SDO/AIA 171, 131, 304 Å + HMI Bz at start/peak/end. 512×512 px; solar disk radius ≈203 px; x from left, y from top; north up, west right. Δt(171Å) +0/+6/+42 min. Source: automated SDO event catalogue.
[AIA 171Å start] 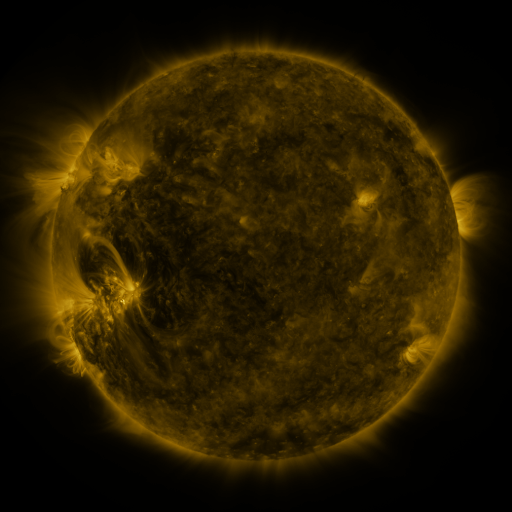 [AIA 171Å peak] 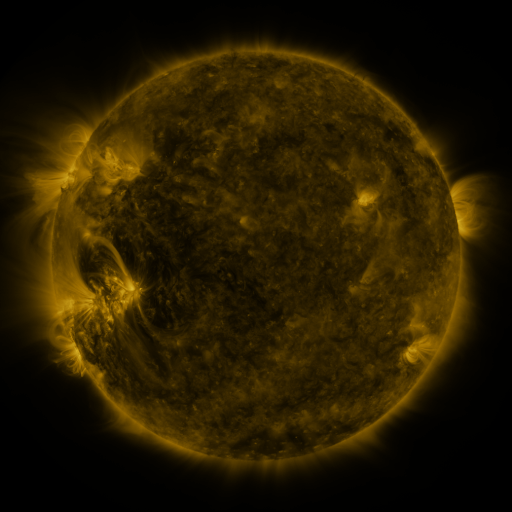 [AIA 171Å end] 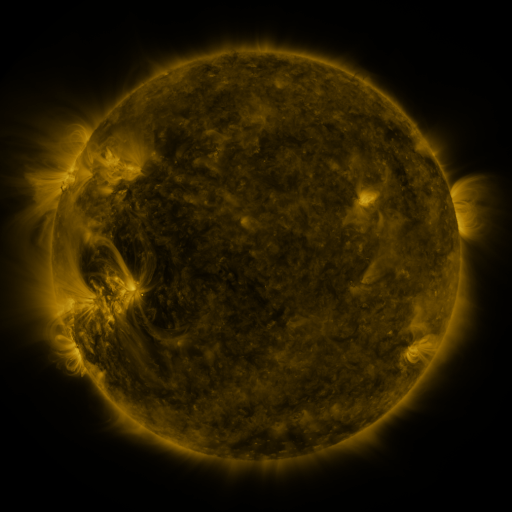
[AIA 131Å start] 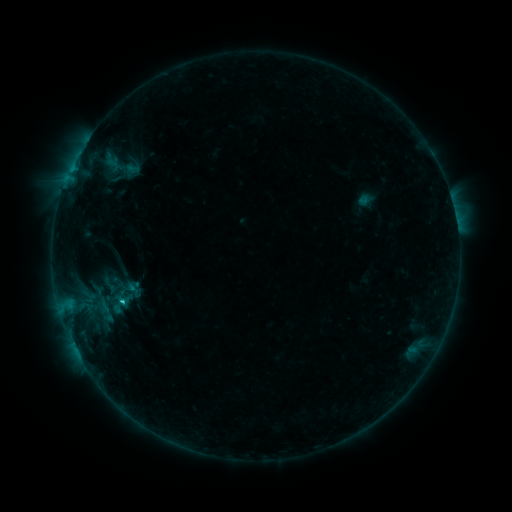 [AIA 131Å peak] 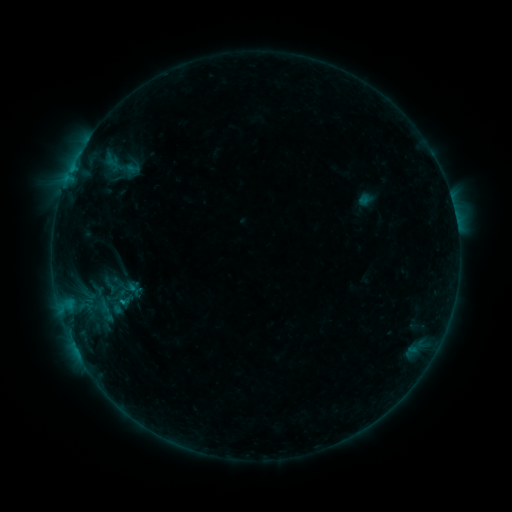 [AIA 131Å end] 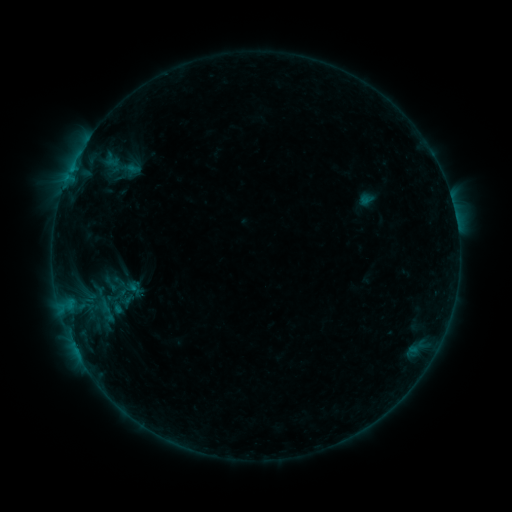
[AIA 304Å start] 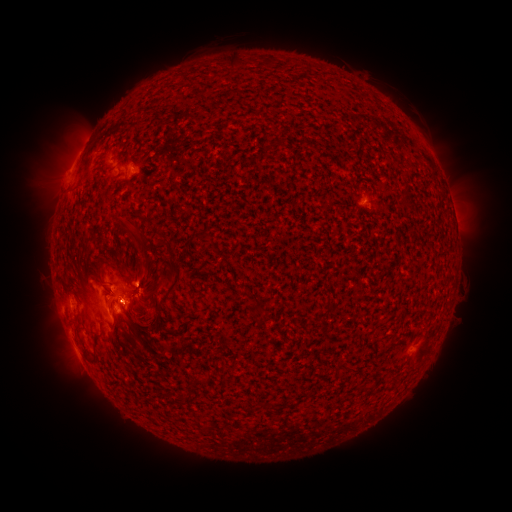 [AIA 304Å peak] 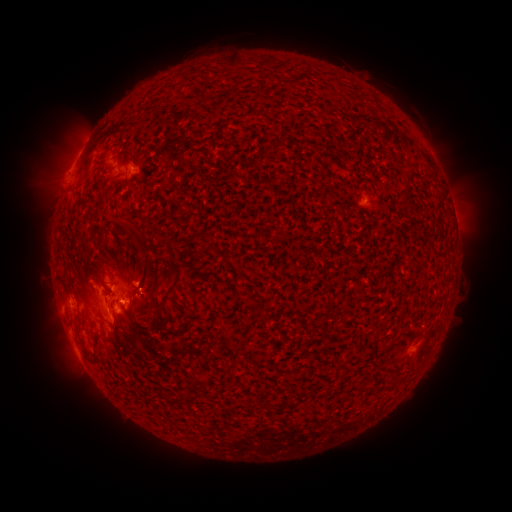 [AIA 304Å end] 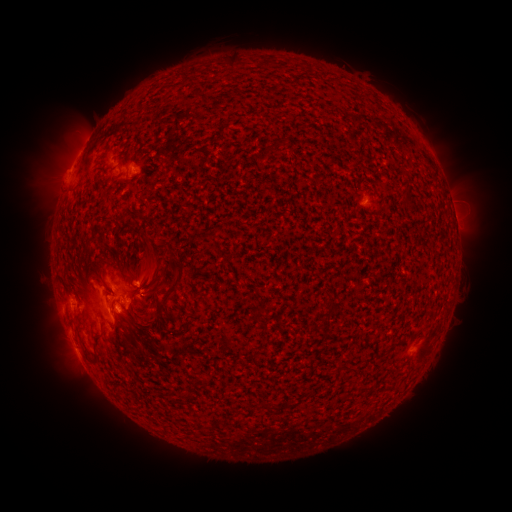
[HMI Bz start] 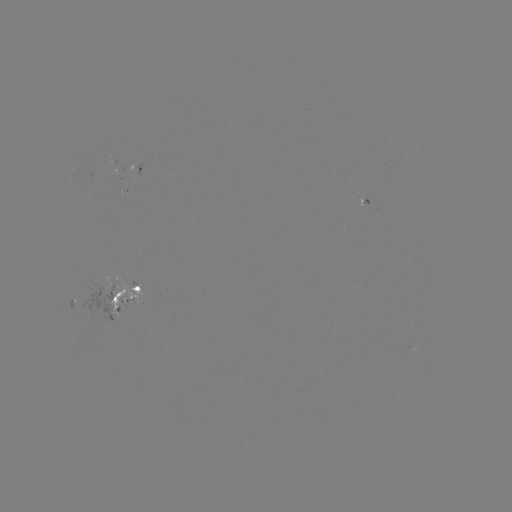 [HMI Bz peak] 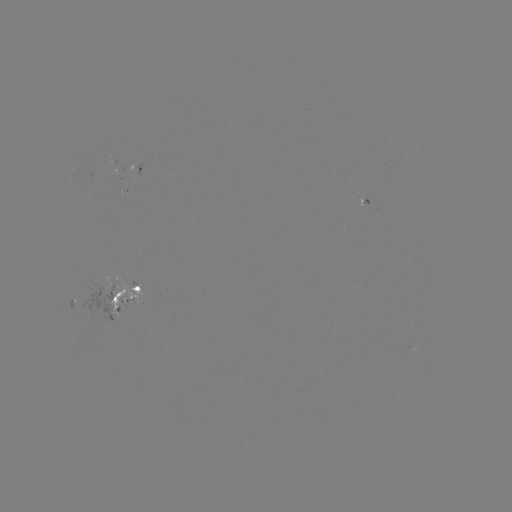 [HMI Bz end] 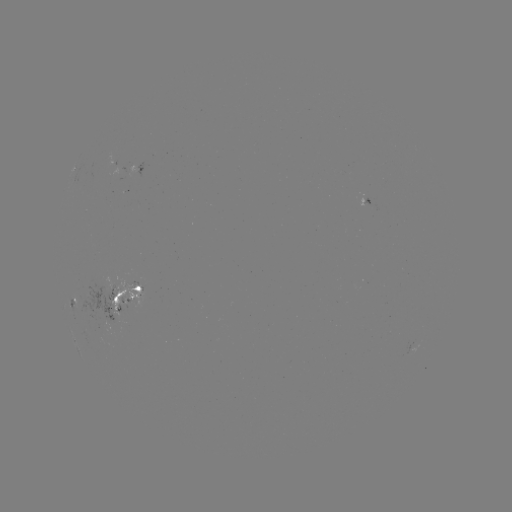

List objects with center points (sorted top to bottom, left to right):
emerging-flux region: (119, 307)
